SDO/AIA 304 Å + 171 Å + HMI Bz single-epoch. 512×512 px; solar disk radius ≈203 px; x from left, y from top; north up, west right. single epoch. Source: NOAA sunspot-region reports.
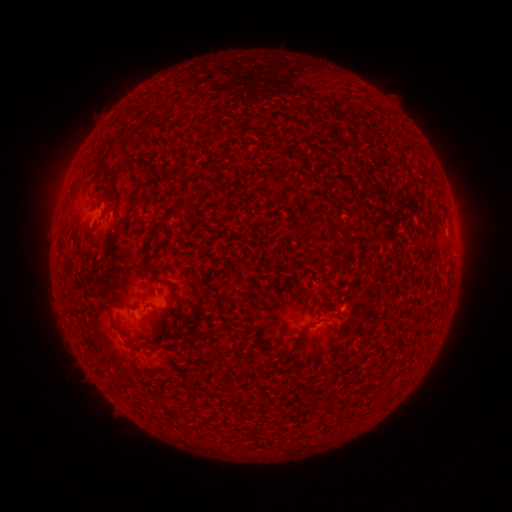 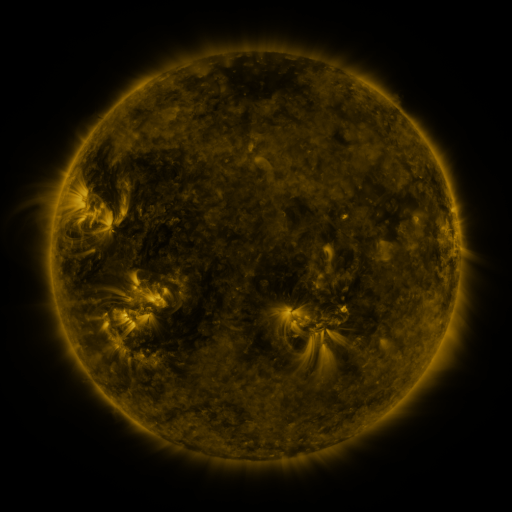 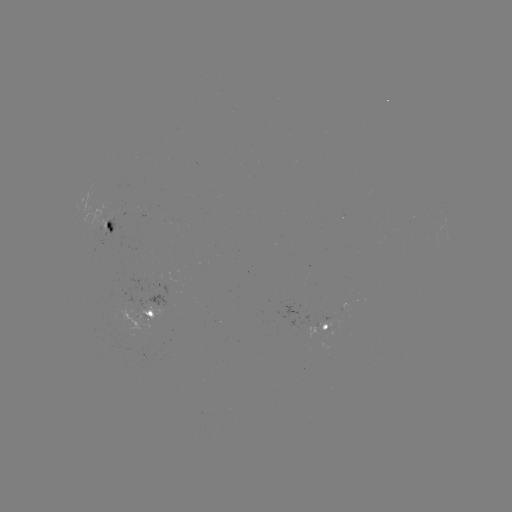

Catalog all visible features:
spotted active region: (113, 226)
spotted active region: (152, 311)
spotted active region: (327, 323)
